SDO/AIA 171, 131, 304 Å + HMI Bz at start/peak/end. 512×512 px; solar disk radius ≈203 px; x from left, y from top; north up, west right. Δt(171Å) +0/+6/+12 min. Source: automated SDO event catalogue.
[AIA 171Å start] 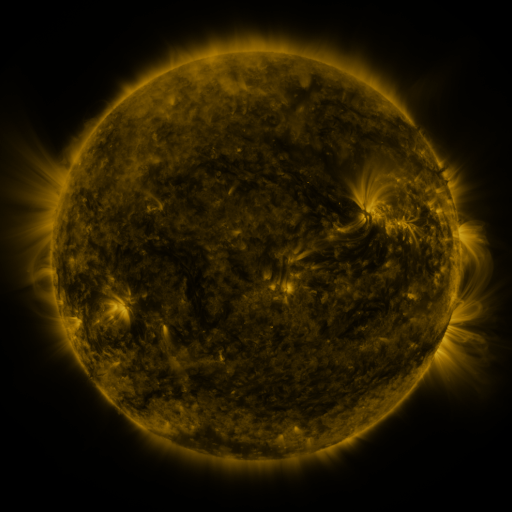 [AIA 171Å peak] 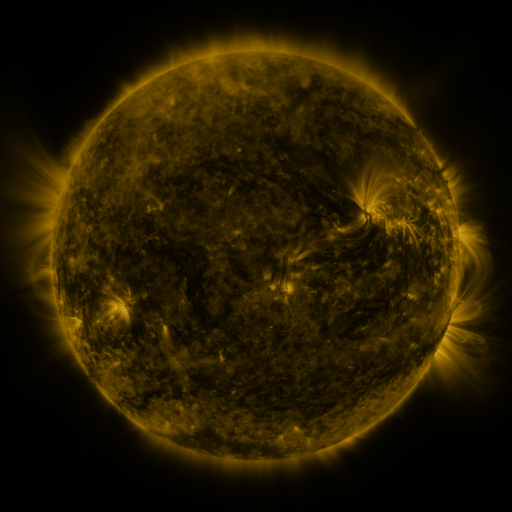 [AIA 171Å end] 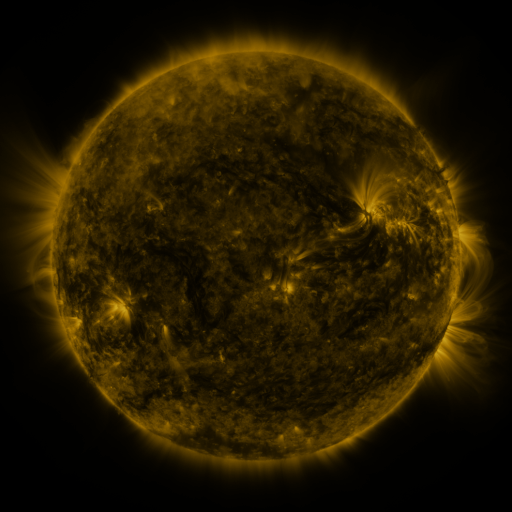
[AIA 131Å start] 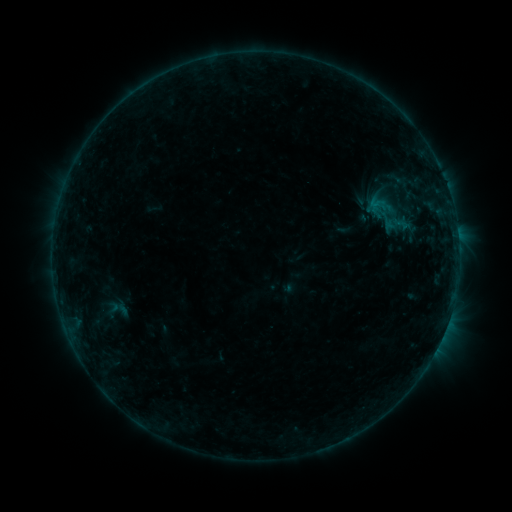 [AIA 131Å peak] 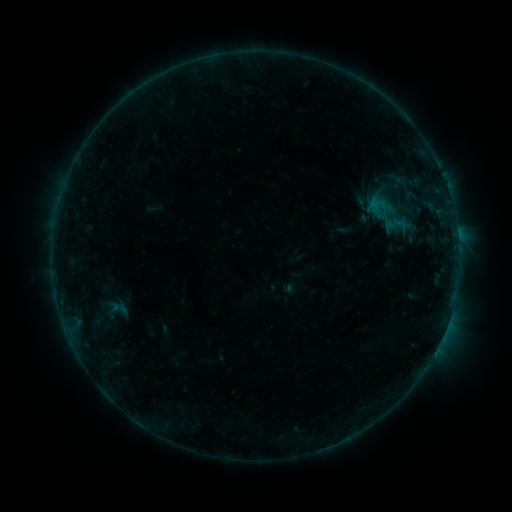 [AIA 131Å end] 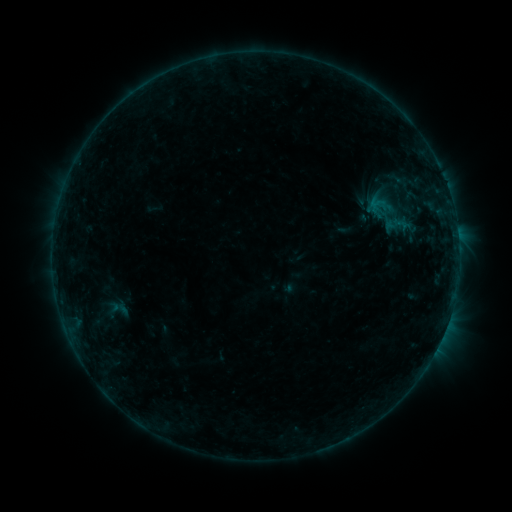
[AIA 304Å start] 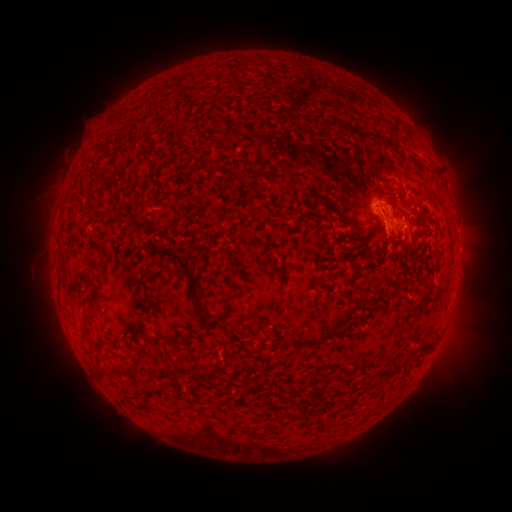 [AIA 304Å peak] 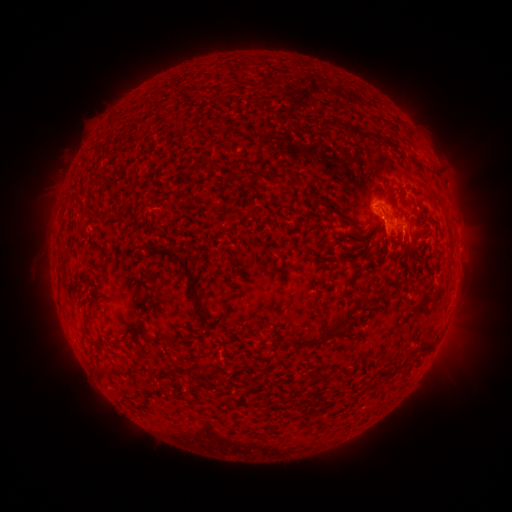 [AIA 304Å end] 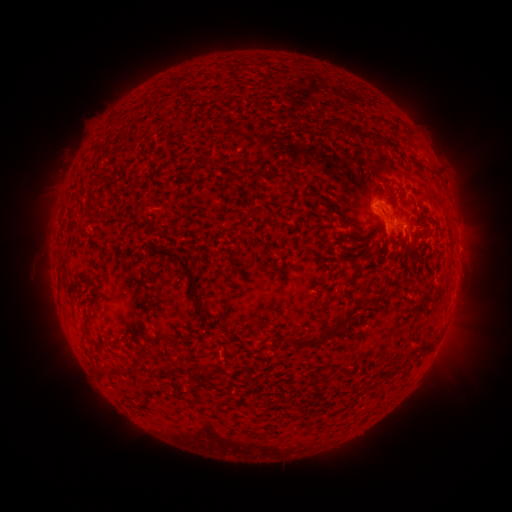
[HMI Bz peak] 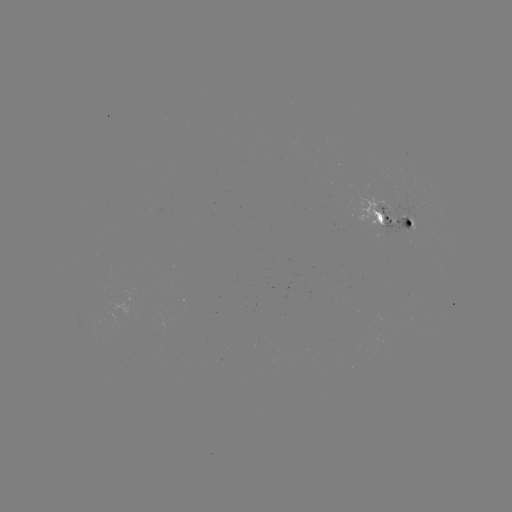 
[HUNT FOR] eruption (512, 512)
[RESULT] (407, 241)